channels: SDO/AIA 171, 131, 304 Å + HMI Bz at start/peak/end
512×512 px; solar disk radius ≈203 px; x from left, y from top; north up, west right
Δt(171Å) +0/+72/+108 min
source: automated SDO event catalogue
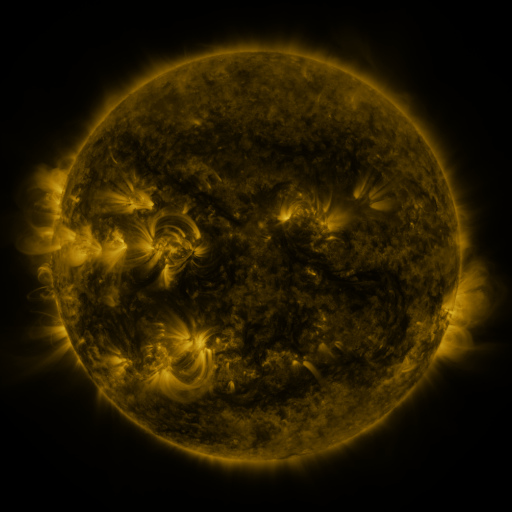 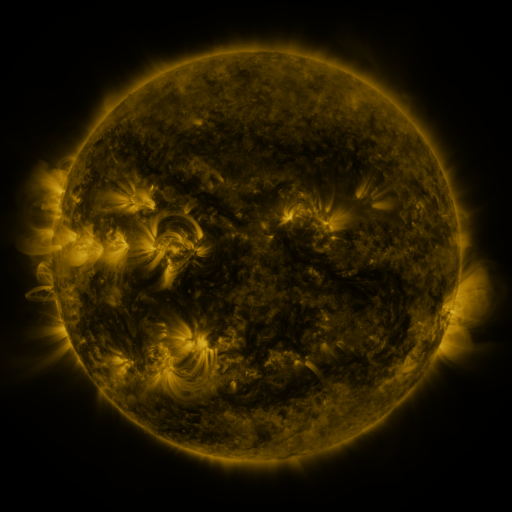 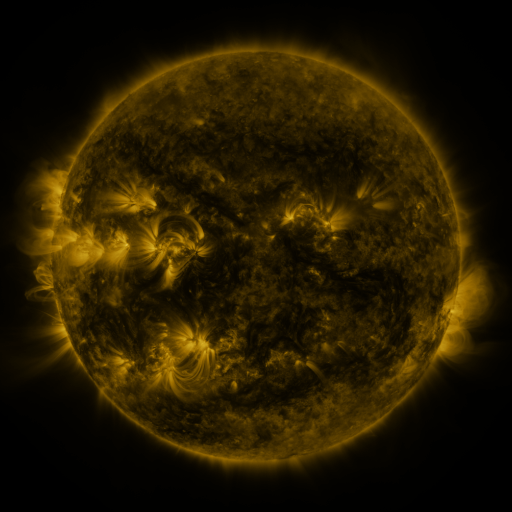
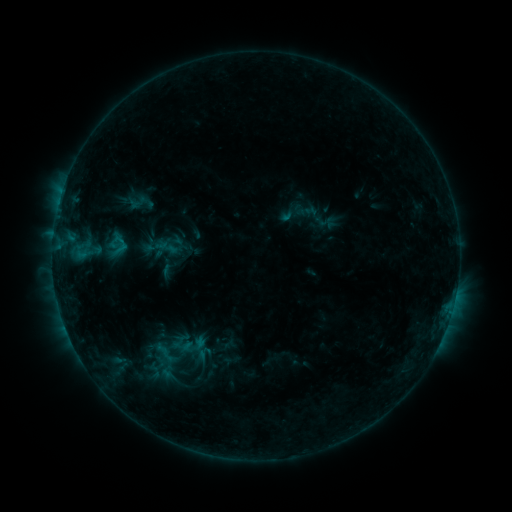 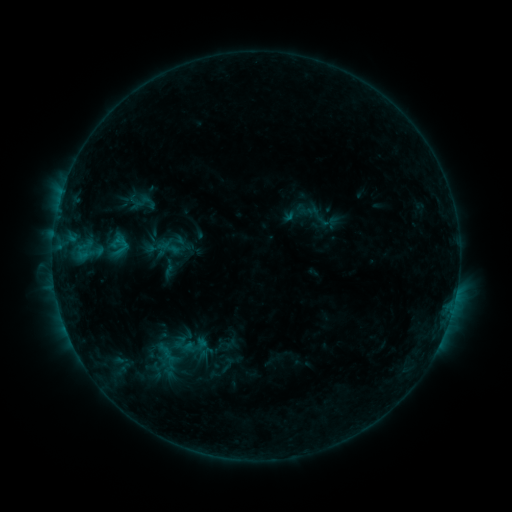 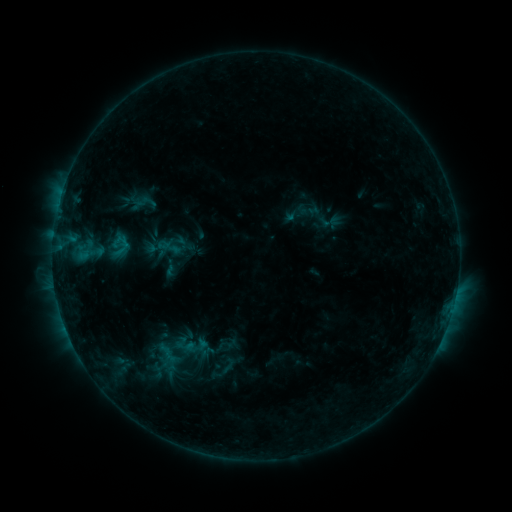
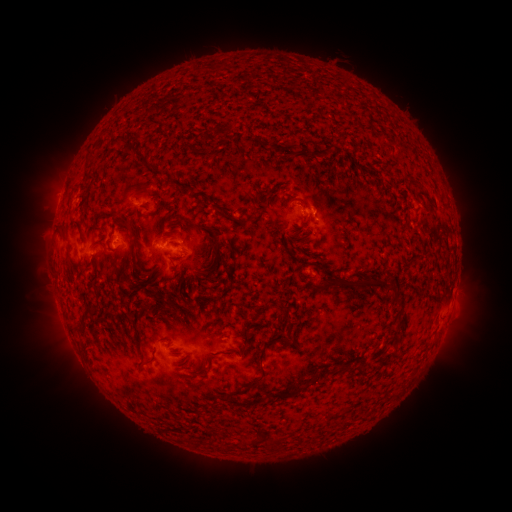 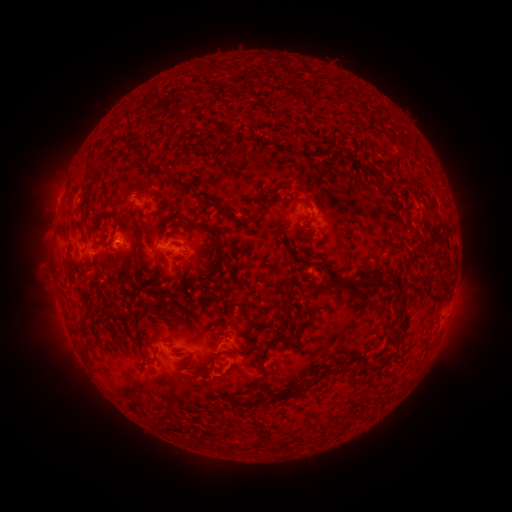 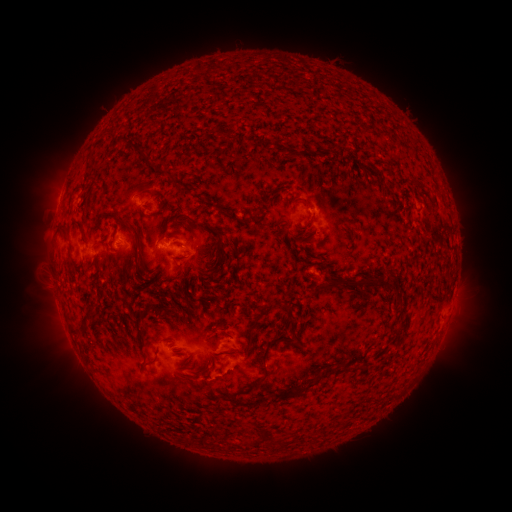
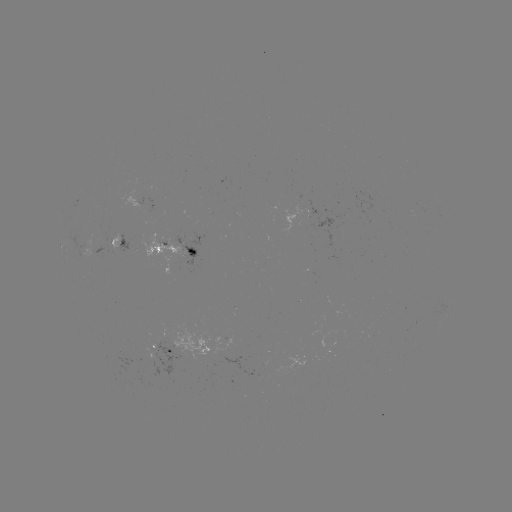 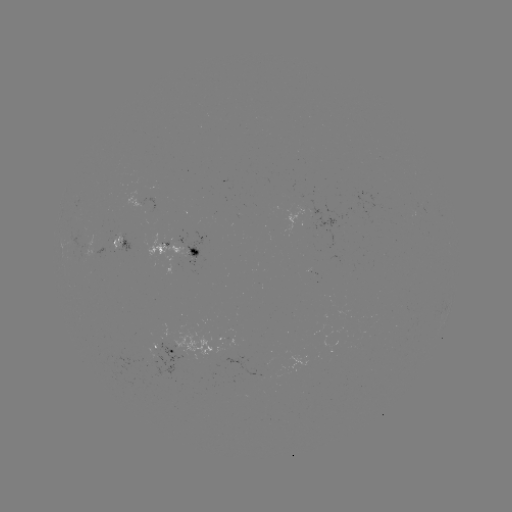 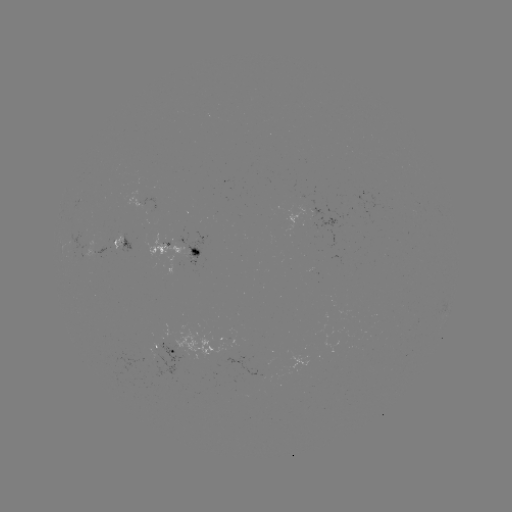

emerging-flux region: [167, 325, 231, 362]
